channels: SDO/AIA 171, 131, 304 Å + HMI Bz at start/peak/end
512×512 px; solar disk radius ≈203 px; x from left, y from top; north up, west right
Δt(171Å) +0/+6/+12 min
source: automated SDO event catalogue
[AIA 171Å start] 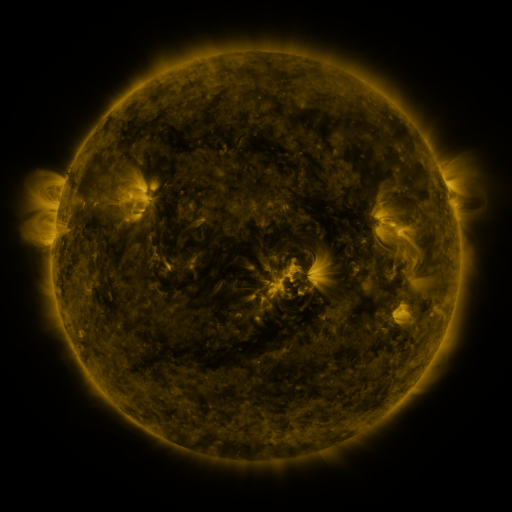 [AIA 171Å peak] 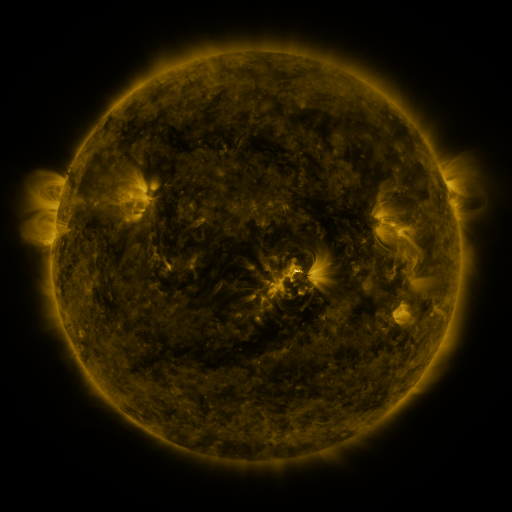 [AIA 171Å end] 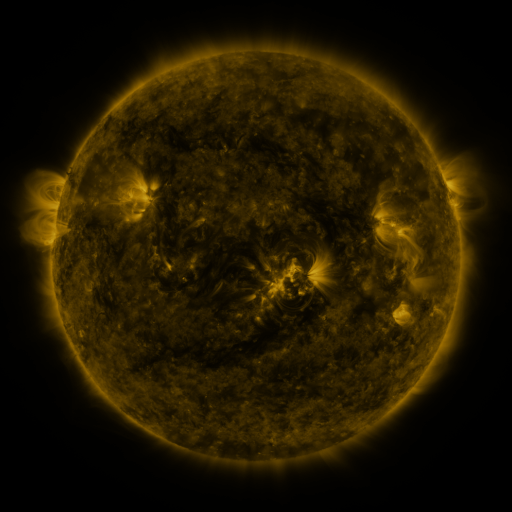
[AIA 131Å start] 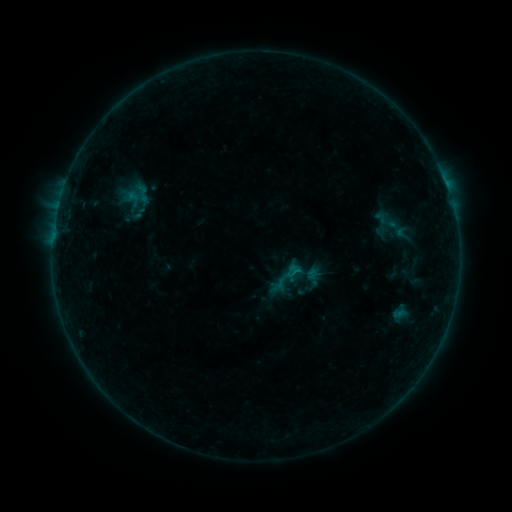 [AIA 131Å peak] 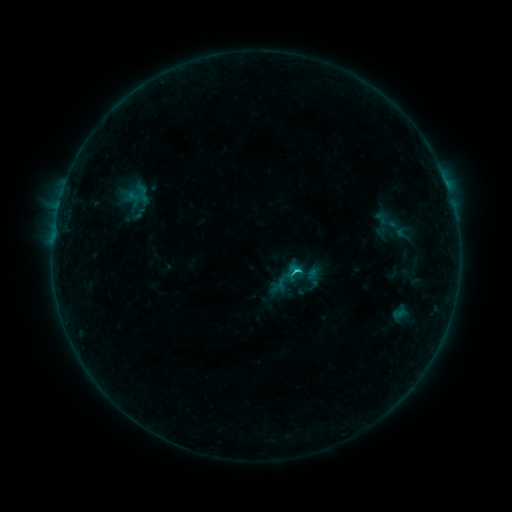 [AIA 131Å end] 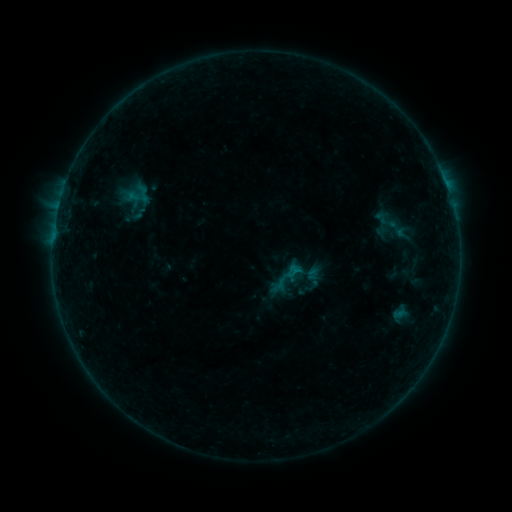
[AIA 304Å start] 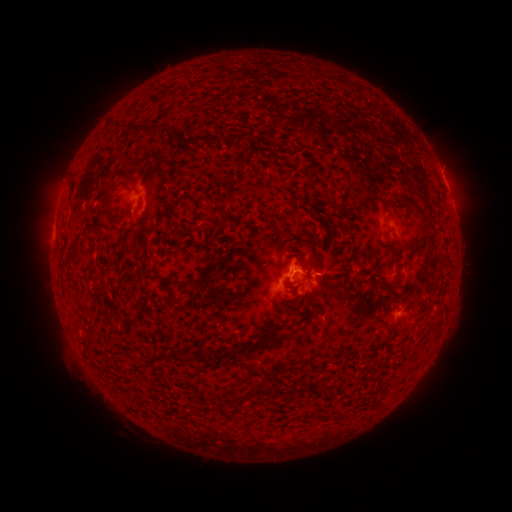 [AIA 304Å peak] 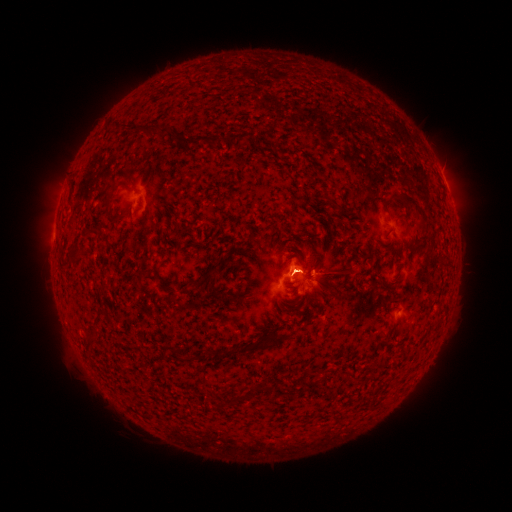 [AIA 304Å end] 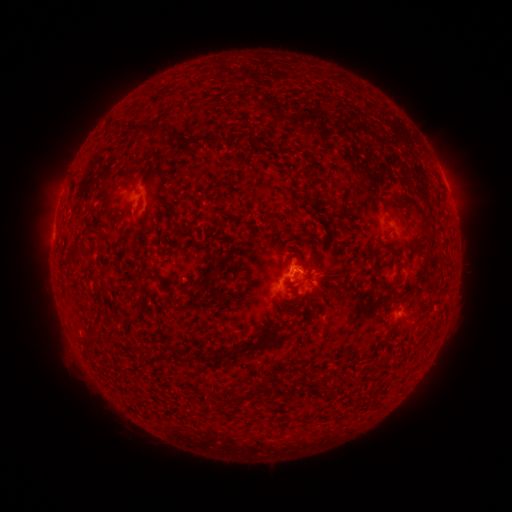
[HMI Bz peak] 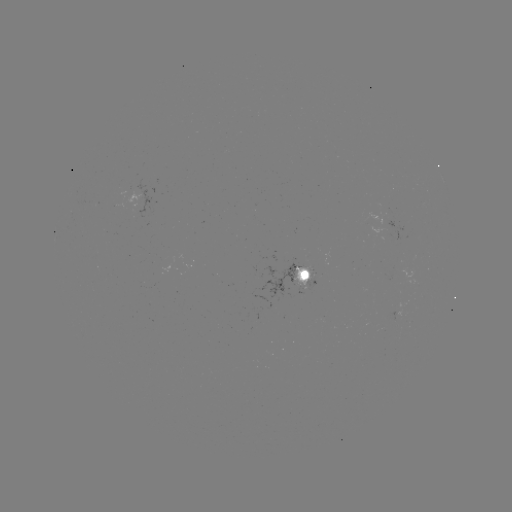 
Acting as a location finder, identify B7.3 flare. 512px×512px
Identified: [294, 270].